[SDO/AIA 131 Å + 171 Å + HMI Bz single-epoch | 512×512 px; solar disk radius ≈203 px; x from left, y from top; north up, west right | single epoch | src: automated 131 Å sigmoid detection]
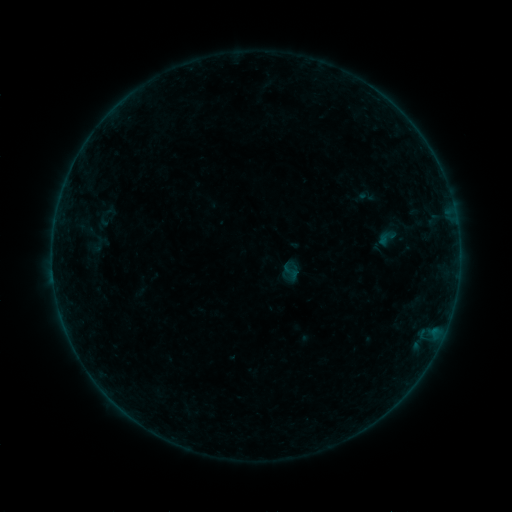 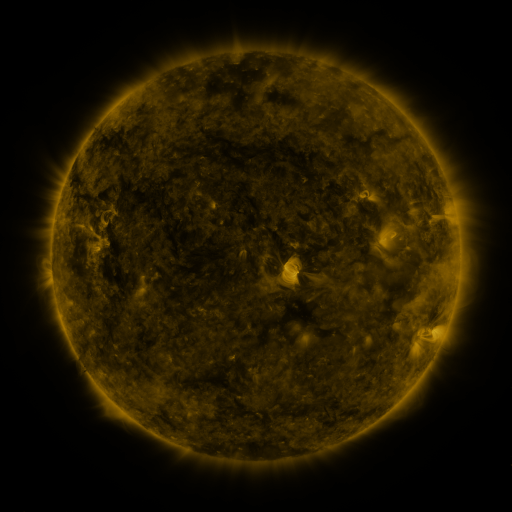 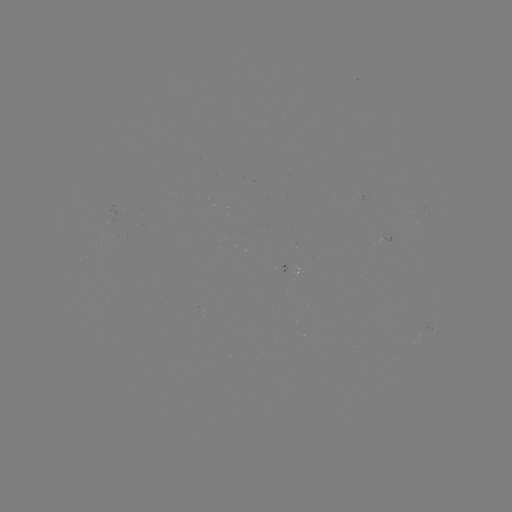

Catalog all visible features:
sigmoid: (95, 208, 115, 227)
